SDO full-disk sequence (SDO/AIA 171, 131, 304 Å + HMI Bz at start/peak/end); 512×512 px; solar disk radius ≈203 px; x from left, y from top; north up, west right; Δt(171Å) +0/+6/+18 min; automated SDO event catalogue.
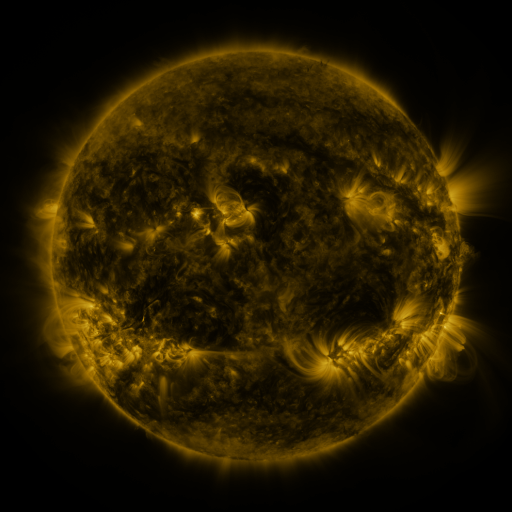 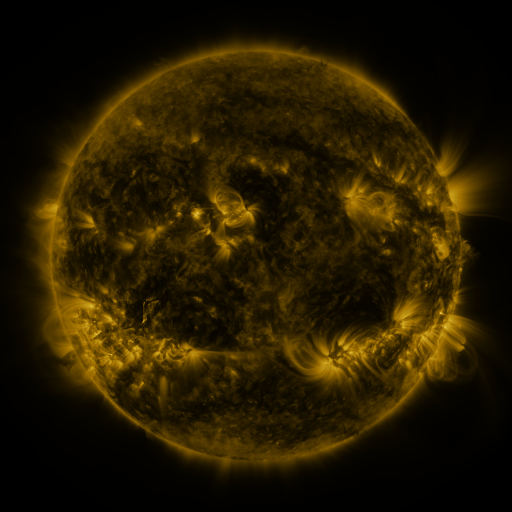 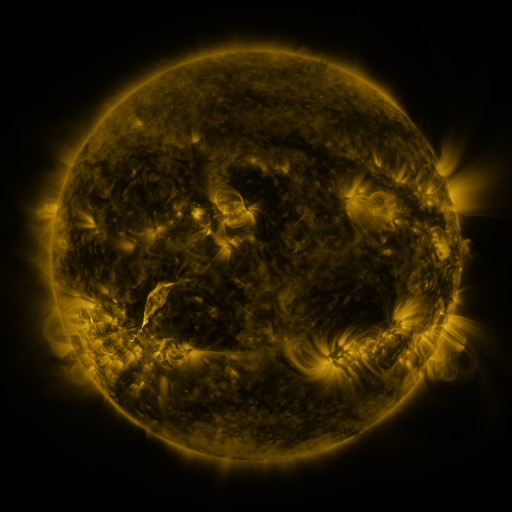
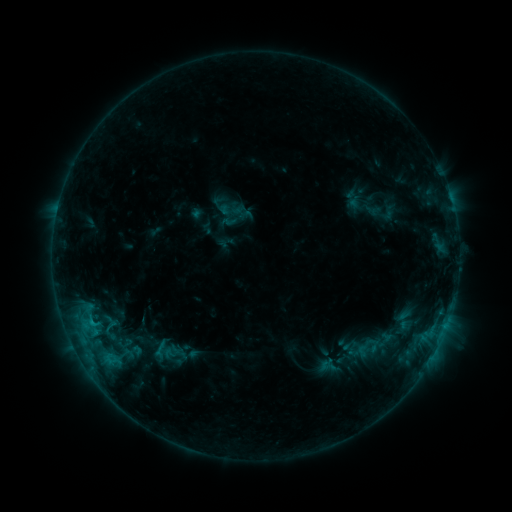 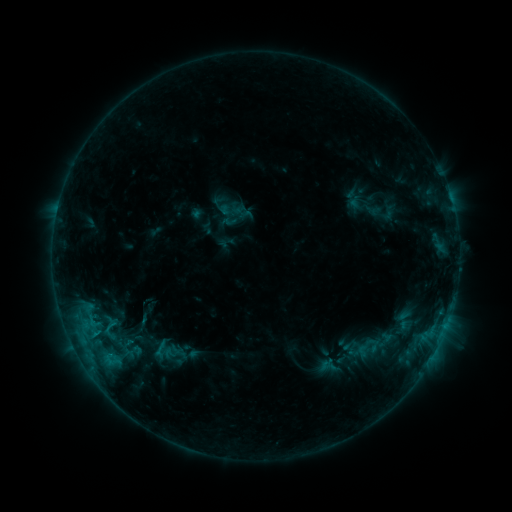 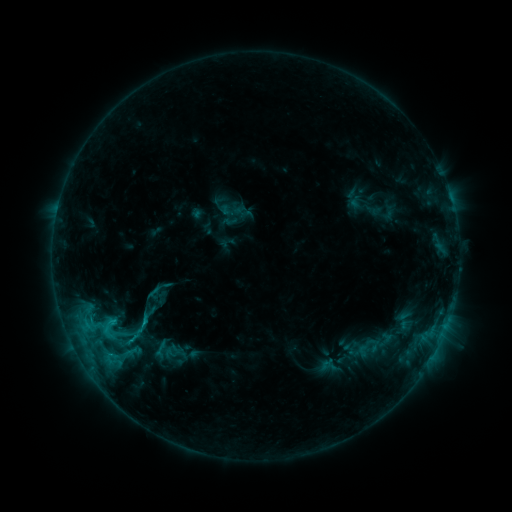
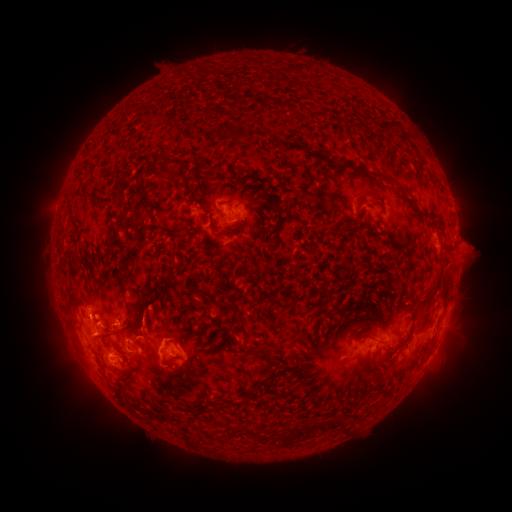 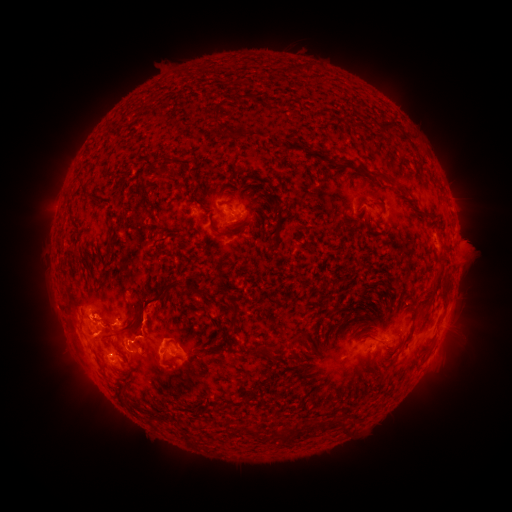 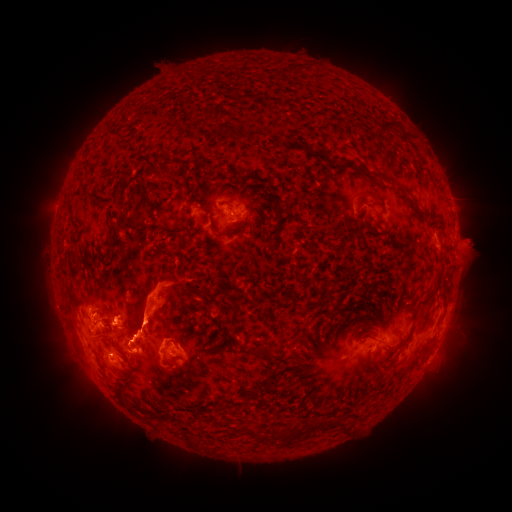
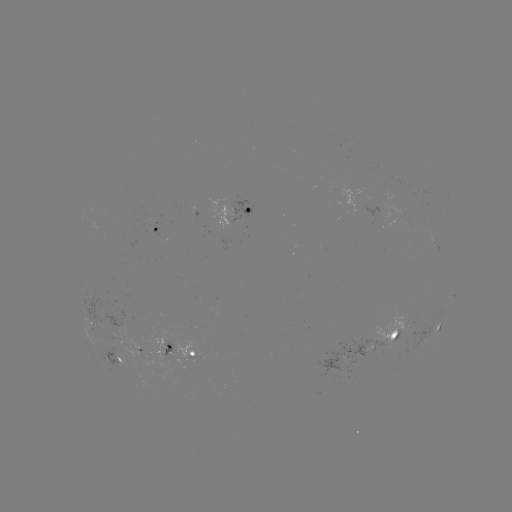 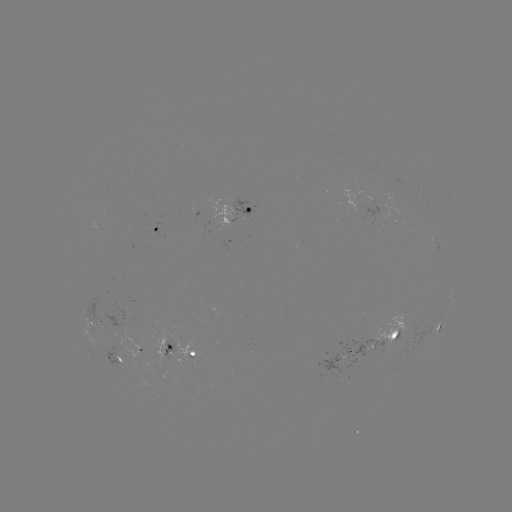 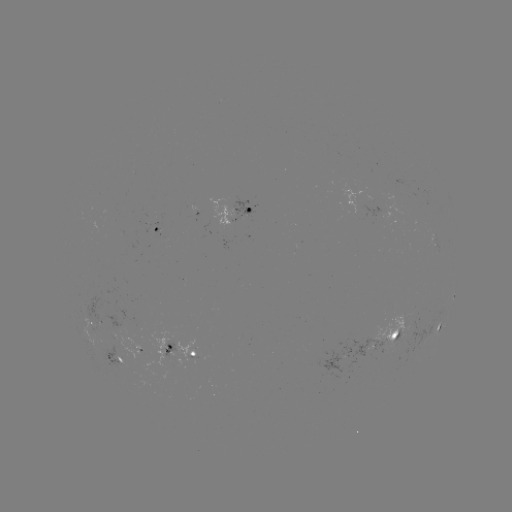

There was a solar eruption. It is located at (153, 309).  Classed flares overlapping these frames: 1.